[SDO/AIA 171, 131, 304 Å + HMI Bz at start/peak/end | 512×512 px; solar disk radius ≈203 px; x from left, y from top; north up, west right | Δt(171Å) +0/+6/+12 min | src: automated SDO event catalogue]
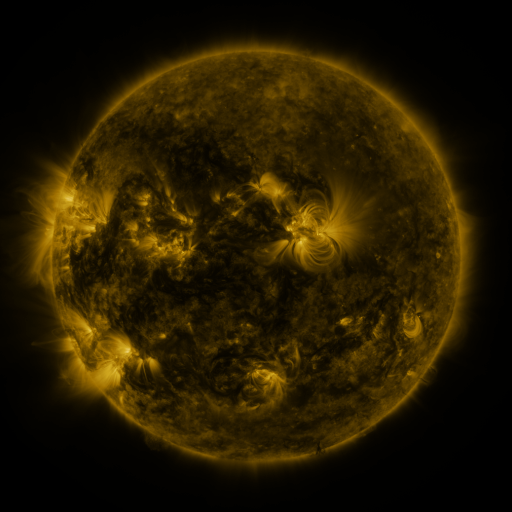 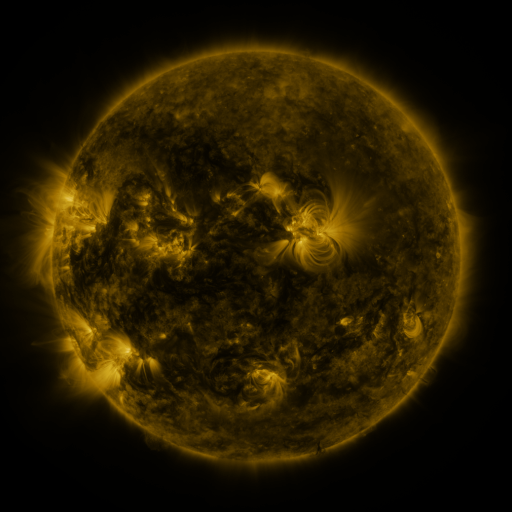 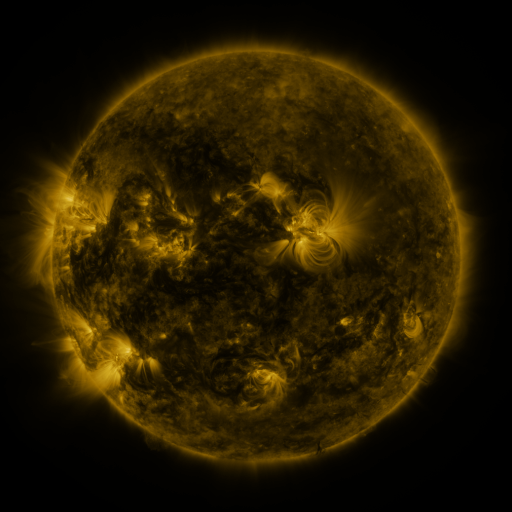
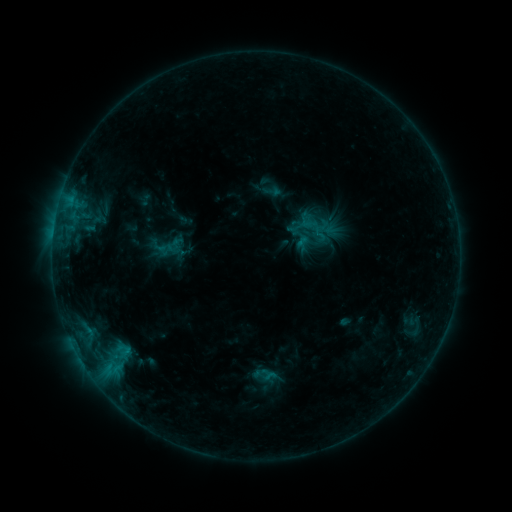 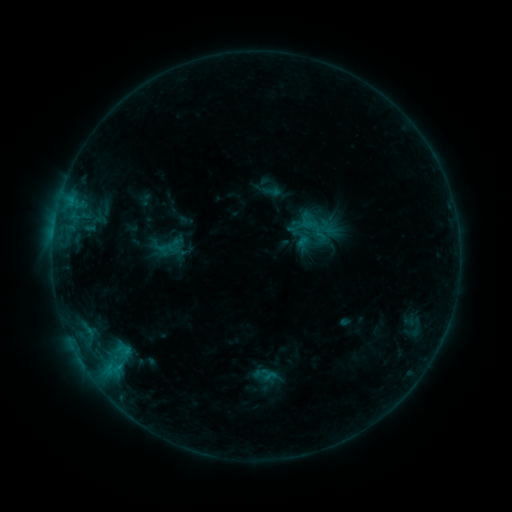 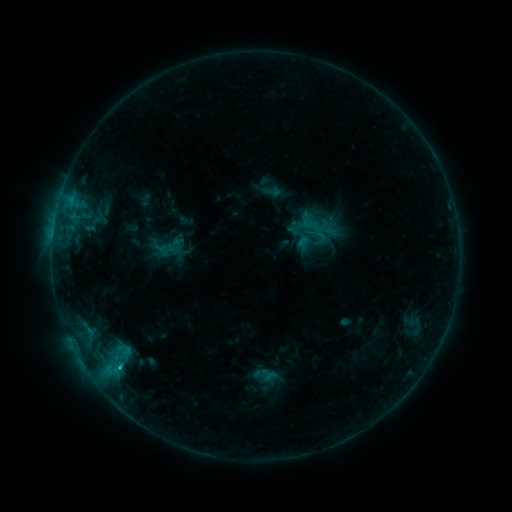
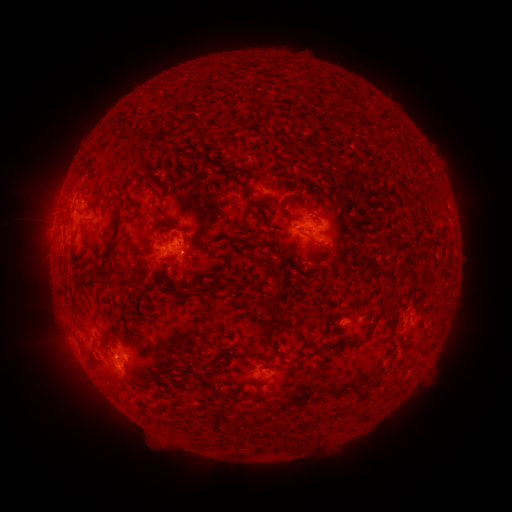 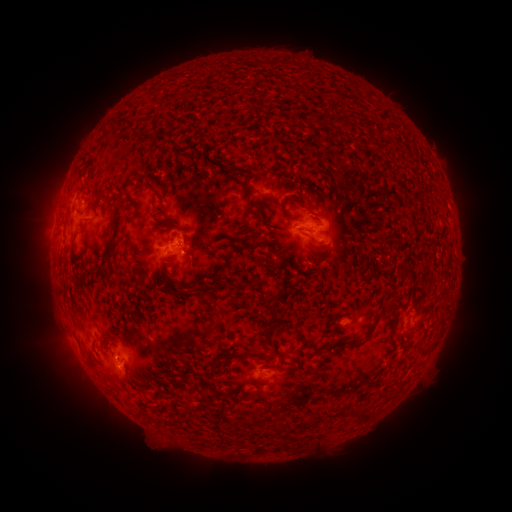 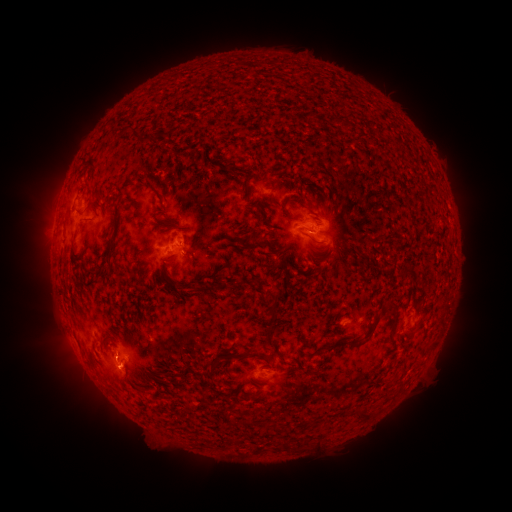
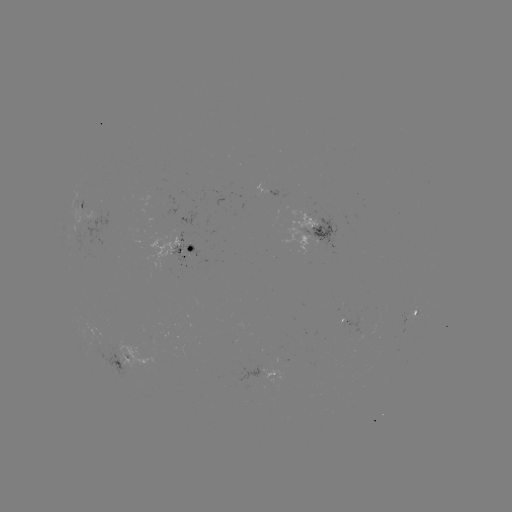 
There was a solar flare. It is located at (119, 365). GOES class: C1.0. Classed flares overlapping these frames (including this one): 1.